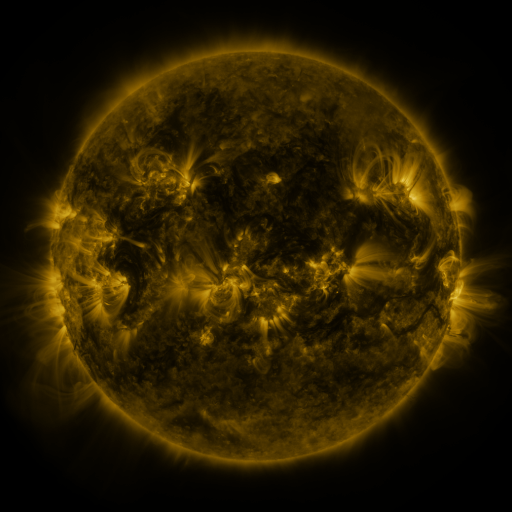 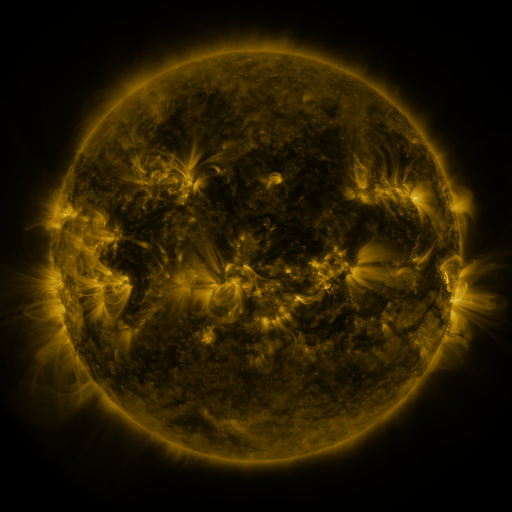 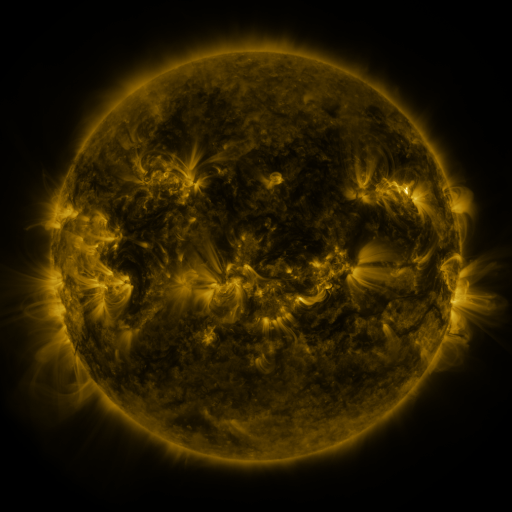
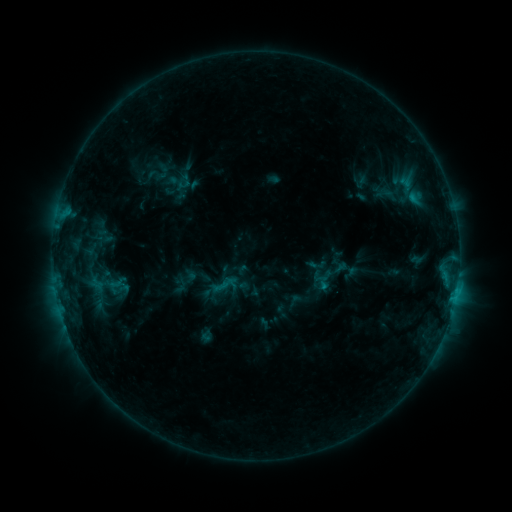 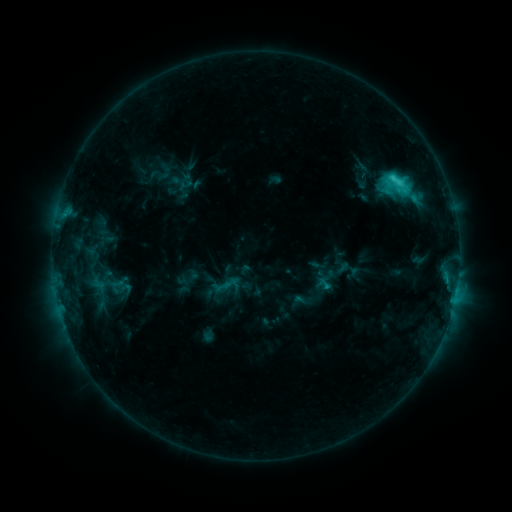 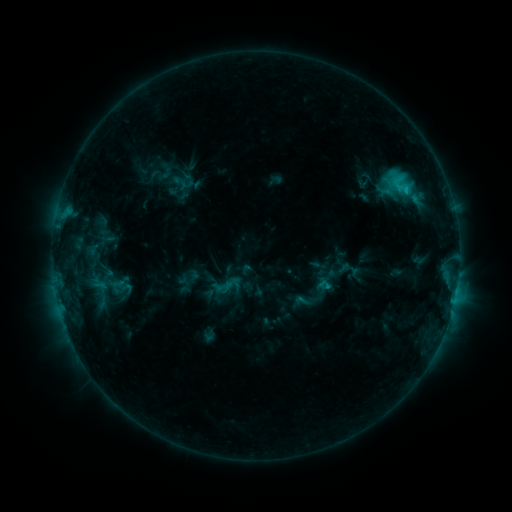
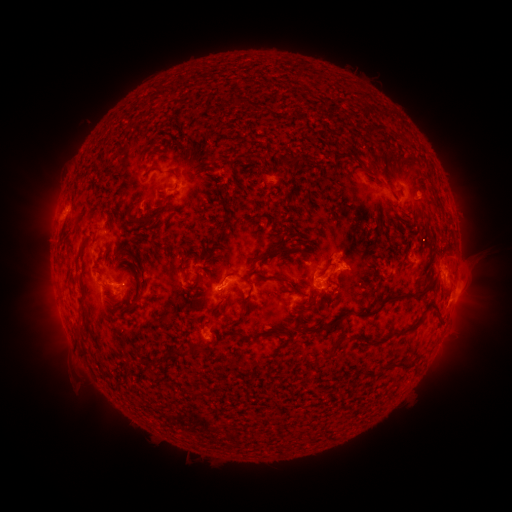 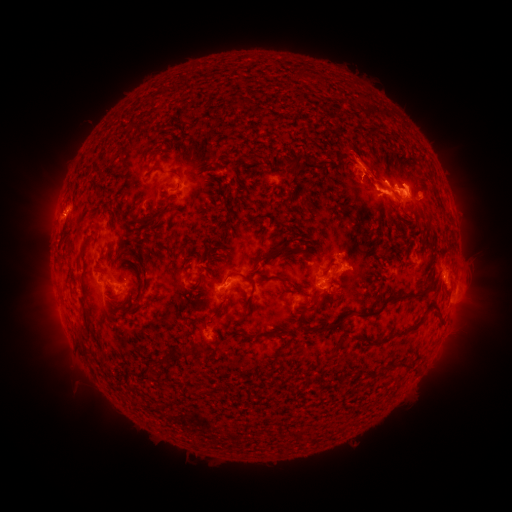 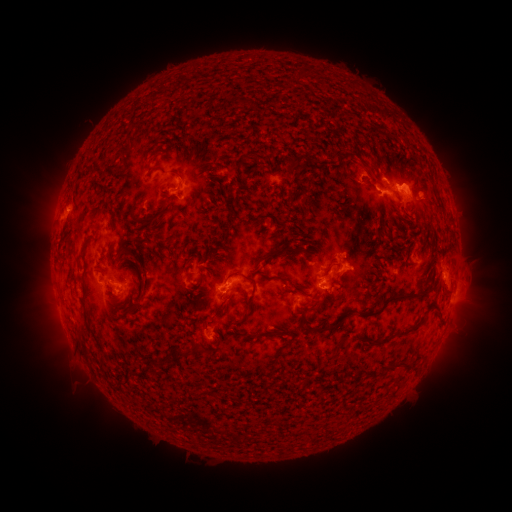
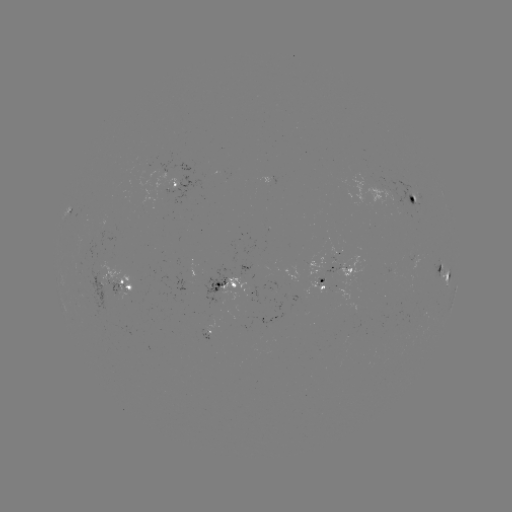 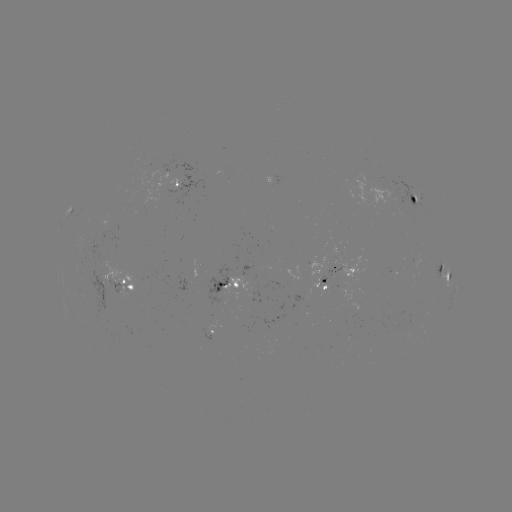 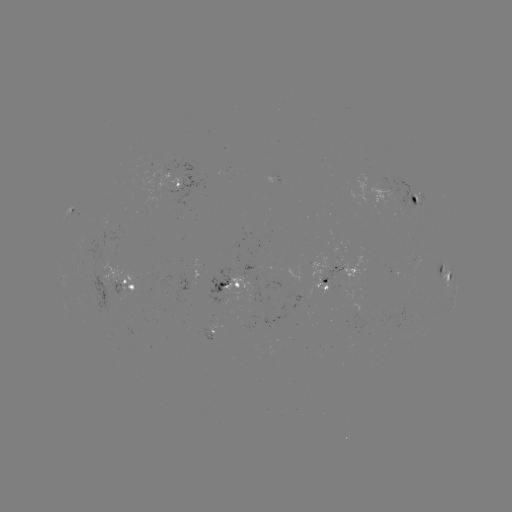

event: flare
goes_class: C4.3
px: (393, 180)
